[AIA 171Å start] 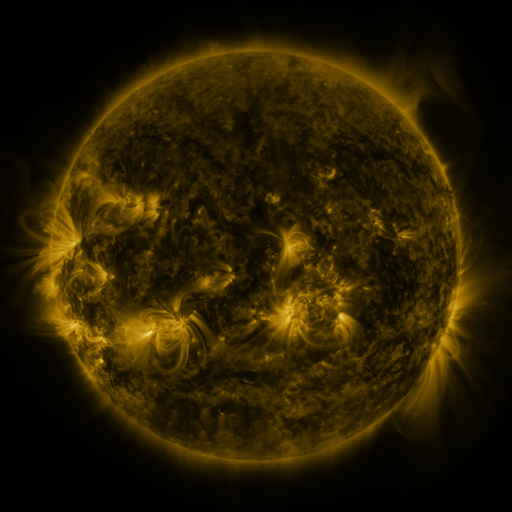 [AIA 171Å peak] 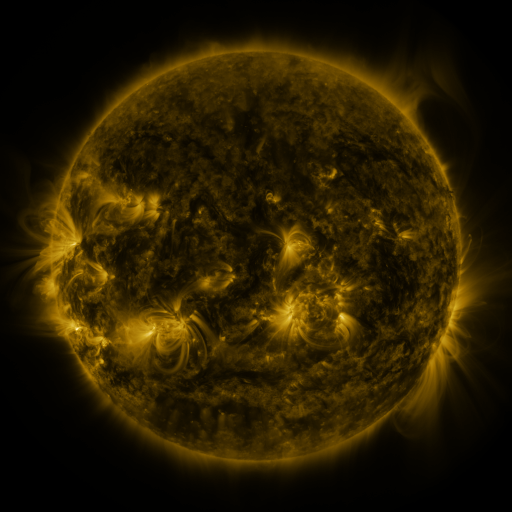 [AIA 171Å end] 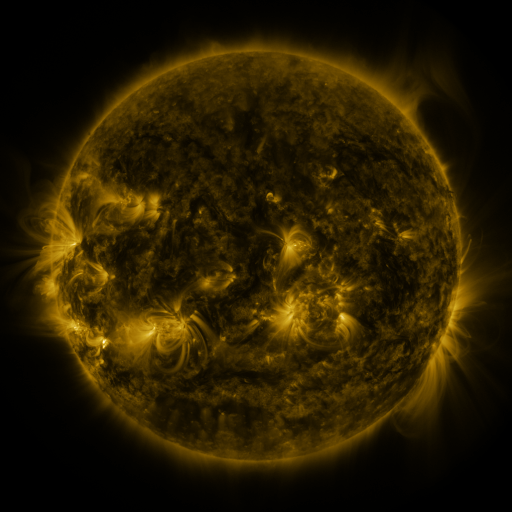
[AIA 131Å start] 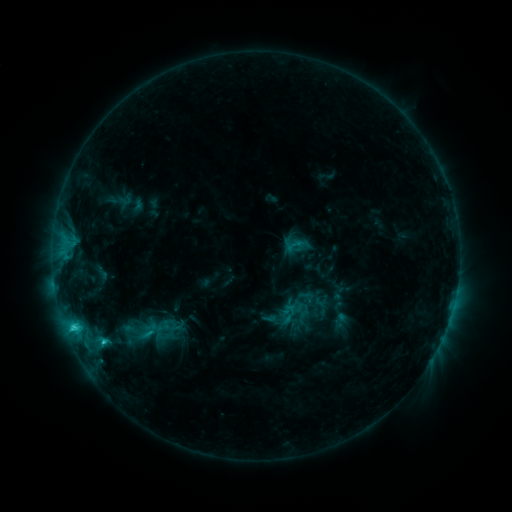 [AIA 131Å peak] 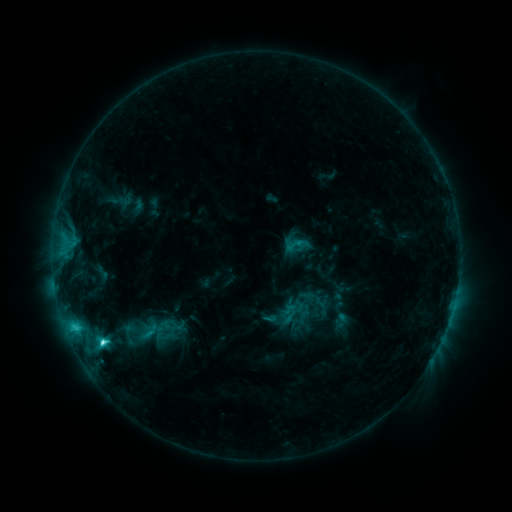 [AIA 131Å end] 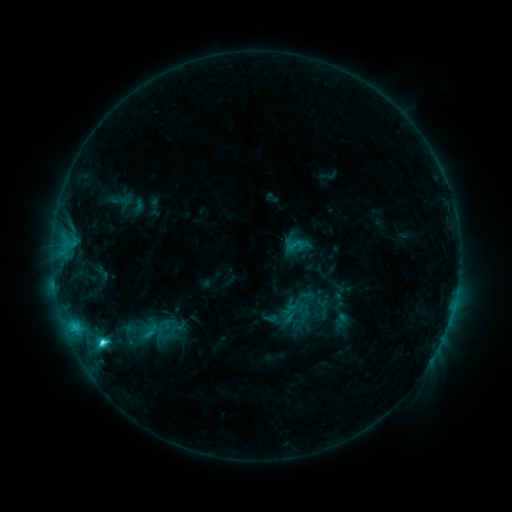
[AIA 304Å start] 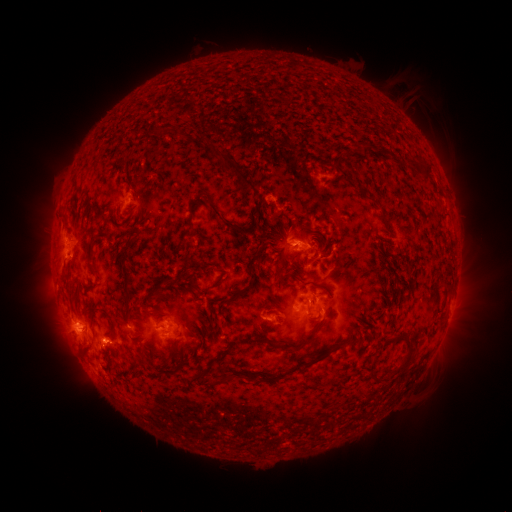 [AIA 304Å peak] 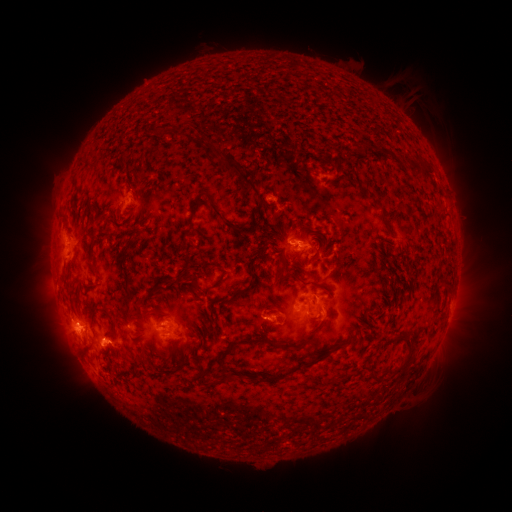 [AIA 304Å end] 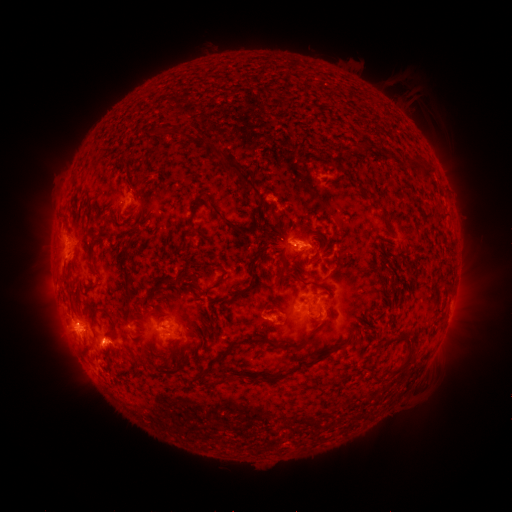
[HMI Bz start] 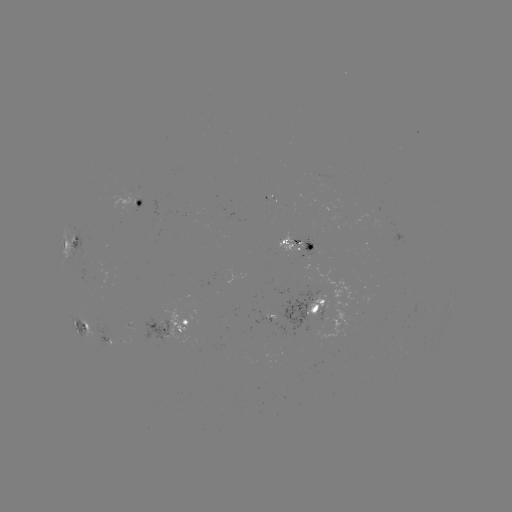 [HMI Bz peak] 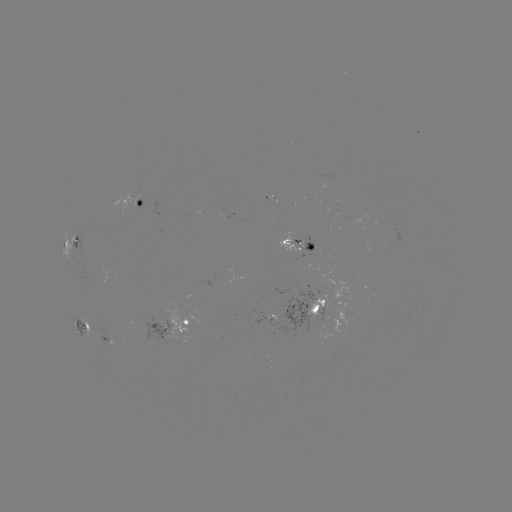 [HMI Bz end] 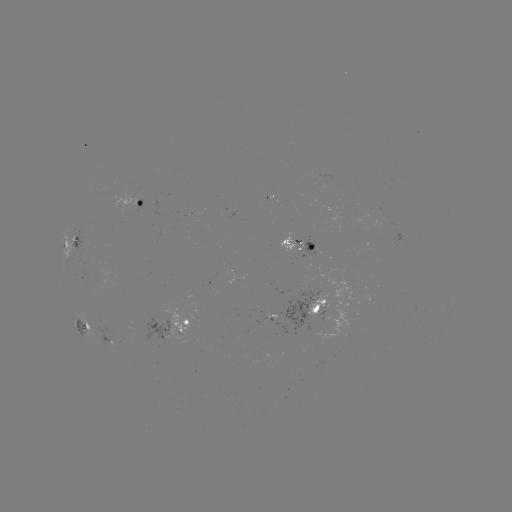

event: flare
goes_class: C4.6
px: (103, 341)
